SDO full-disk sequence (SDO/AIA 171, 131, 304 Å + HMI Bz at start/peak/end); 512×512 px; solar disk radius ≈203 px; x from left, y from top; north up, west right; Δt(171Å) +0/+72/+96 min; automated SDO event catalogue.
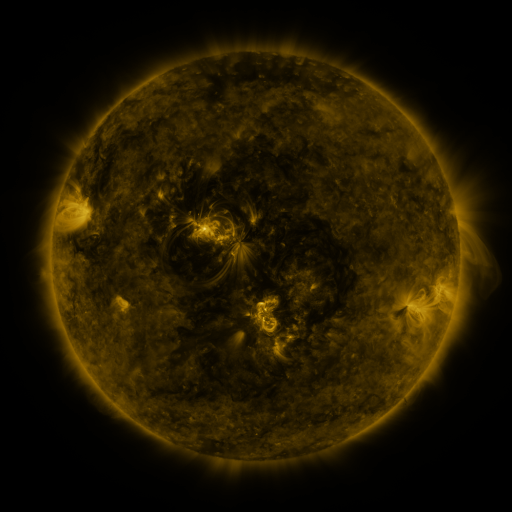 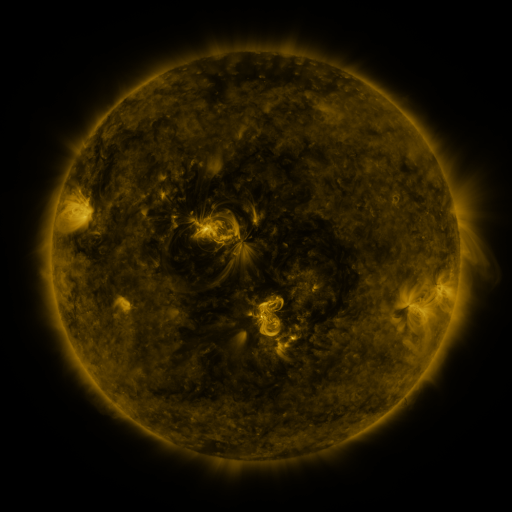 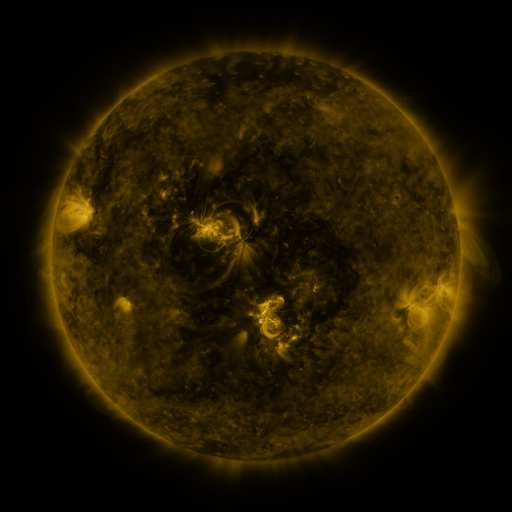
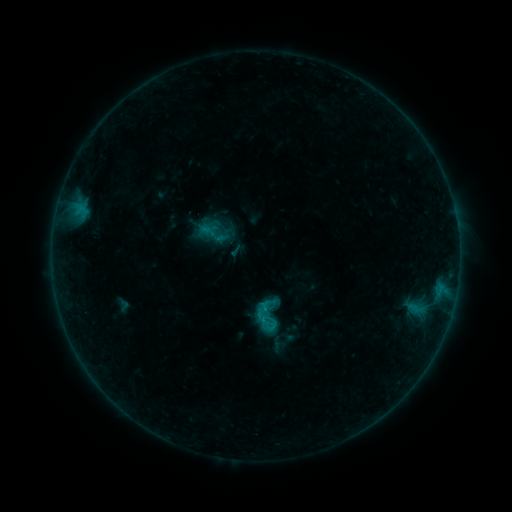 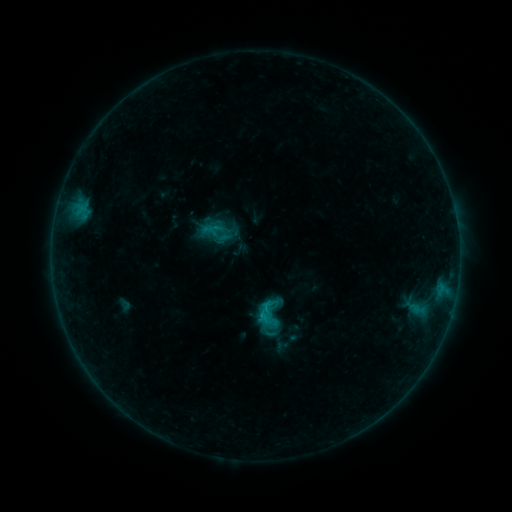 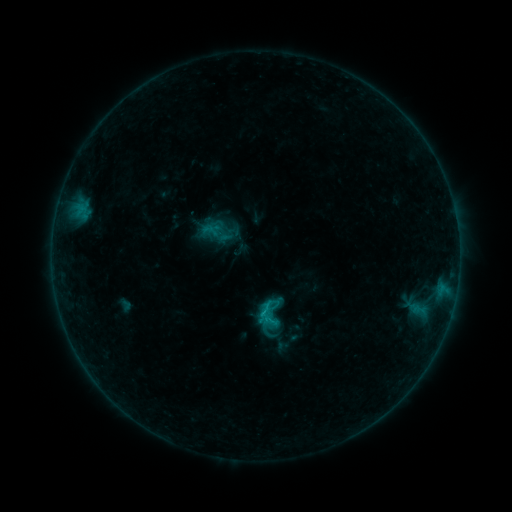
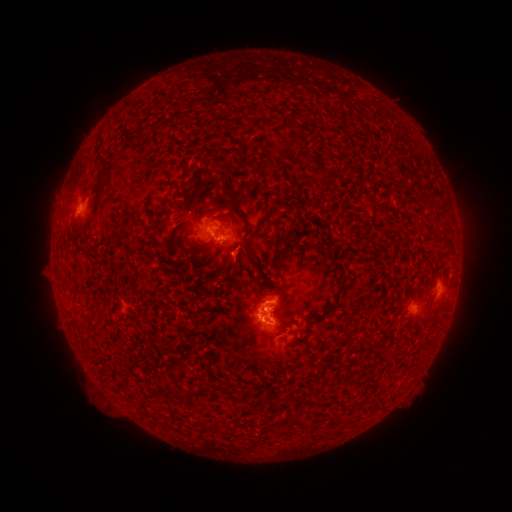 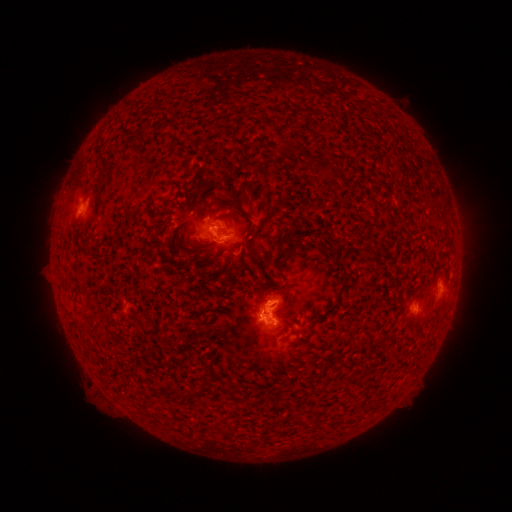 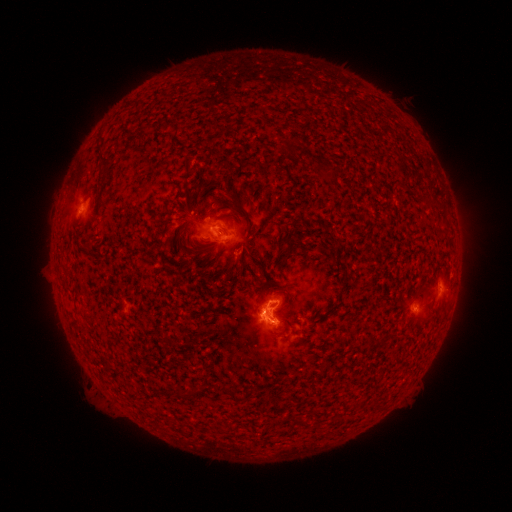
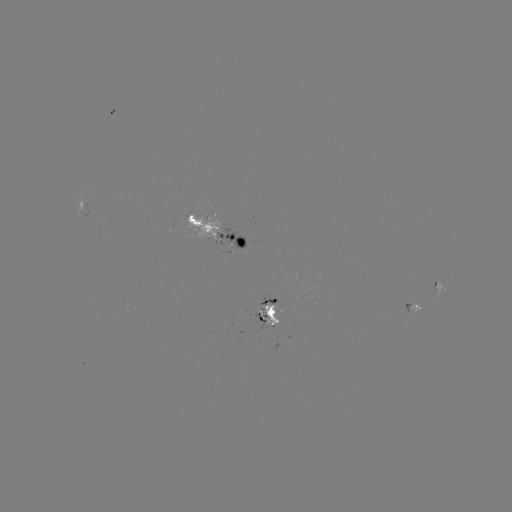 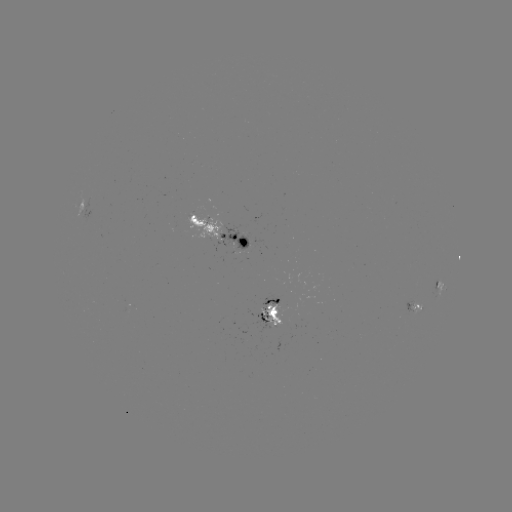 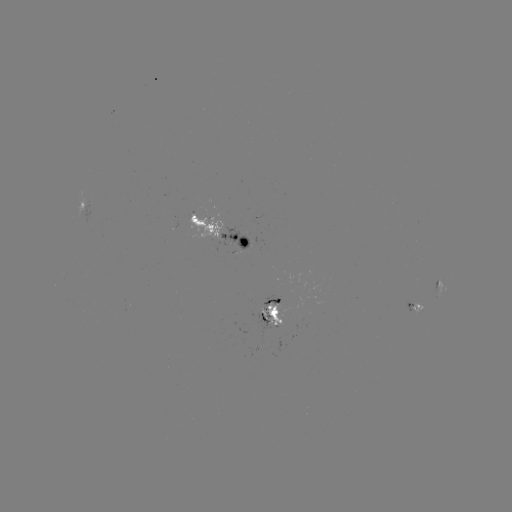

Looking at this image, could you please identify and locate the emerging-flux region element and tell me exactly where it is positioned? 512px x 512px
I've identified emerging-flux region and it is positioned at (263, 315).